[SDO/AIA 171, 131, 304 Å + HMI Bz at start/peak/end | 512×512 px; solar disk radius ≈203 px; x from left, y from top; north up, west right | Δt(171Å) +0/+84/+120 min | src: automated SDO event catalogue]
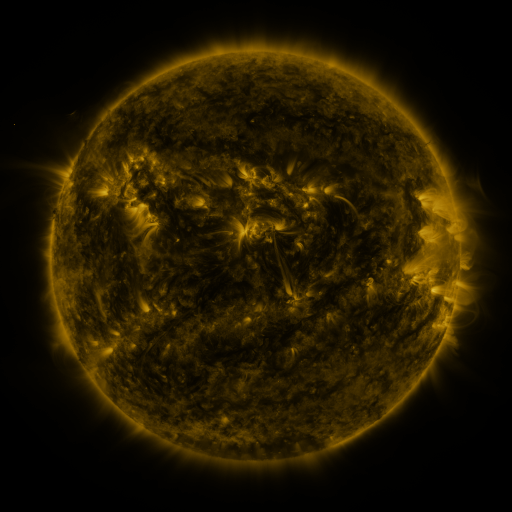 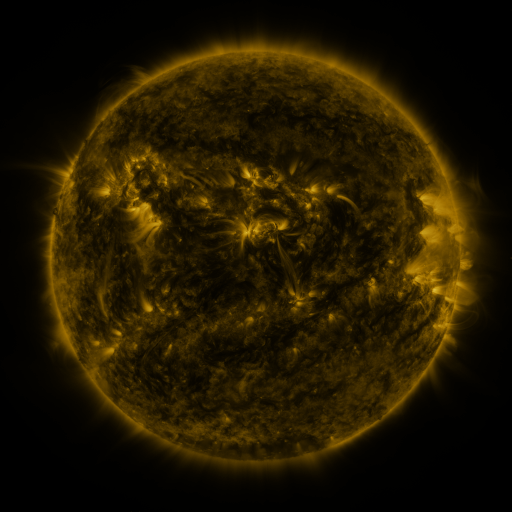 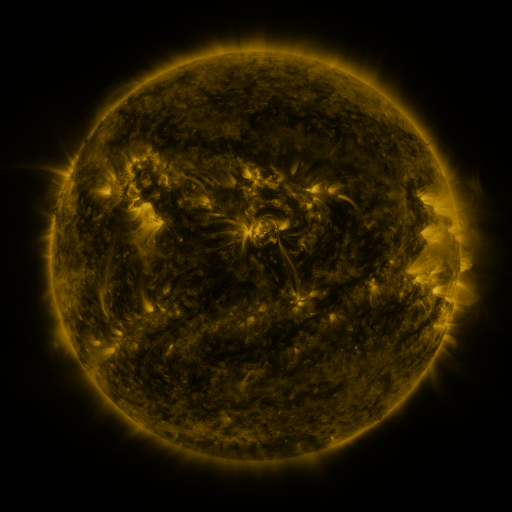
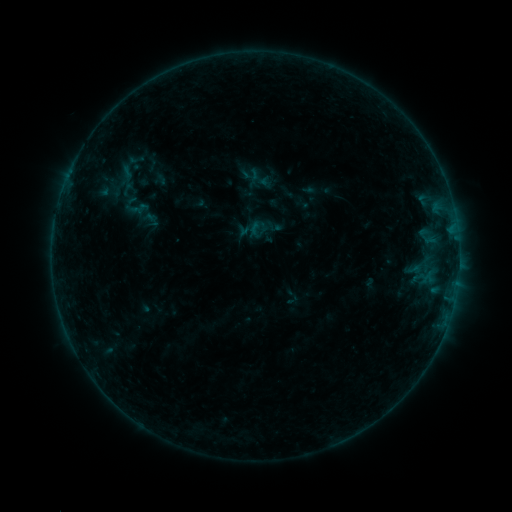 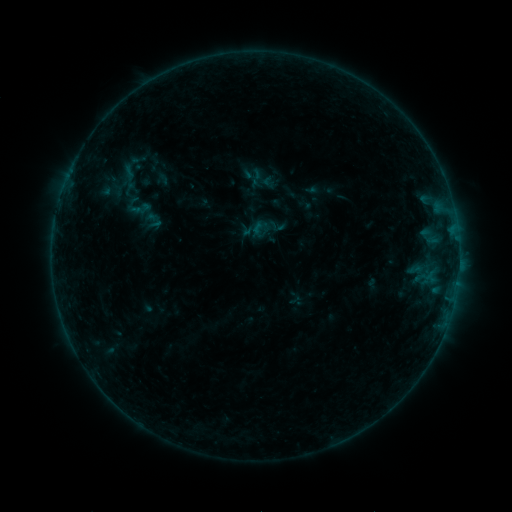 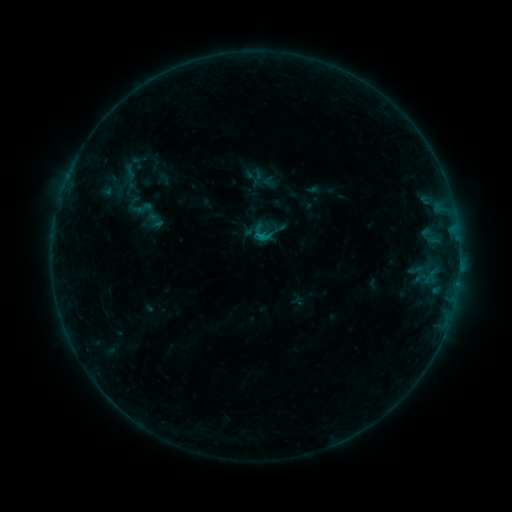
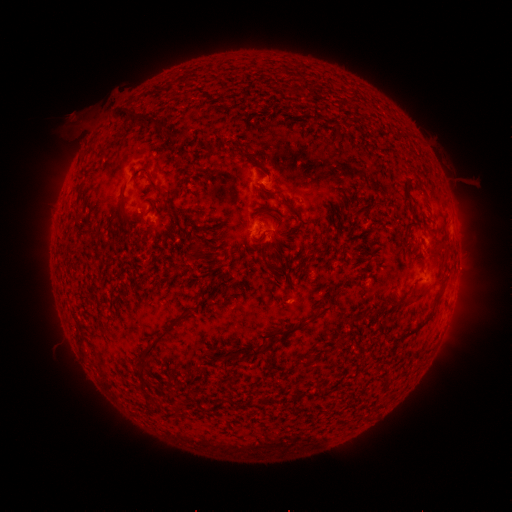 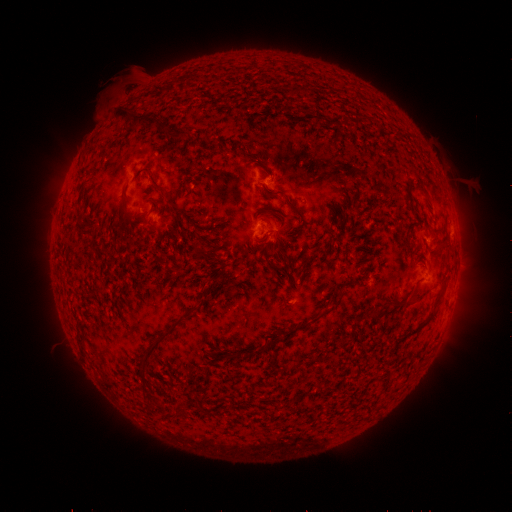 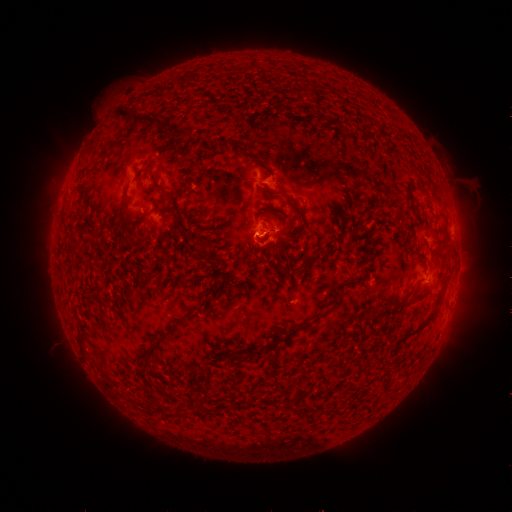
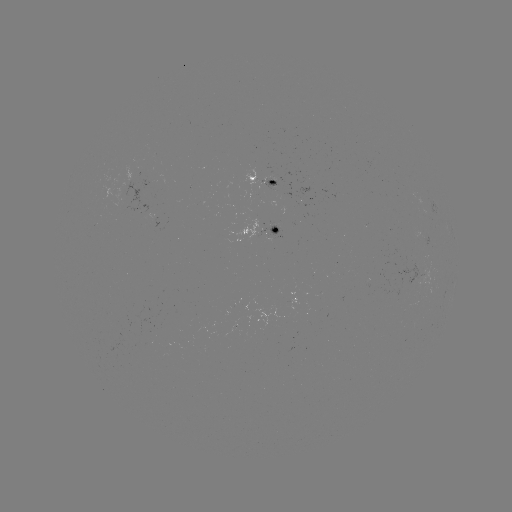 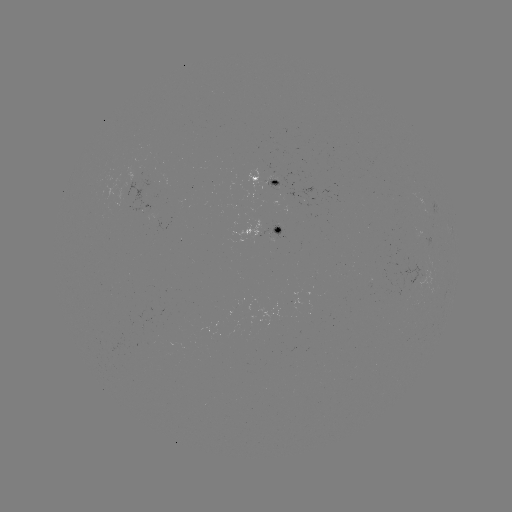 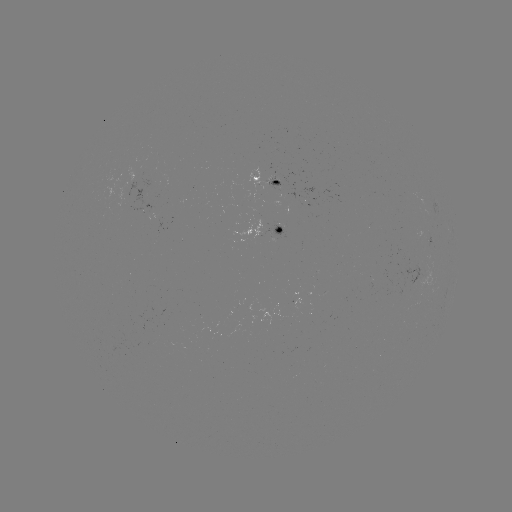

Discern emerging-flux region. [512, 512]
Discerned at [421, 266].